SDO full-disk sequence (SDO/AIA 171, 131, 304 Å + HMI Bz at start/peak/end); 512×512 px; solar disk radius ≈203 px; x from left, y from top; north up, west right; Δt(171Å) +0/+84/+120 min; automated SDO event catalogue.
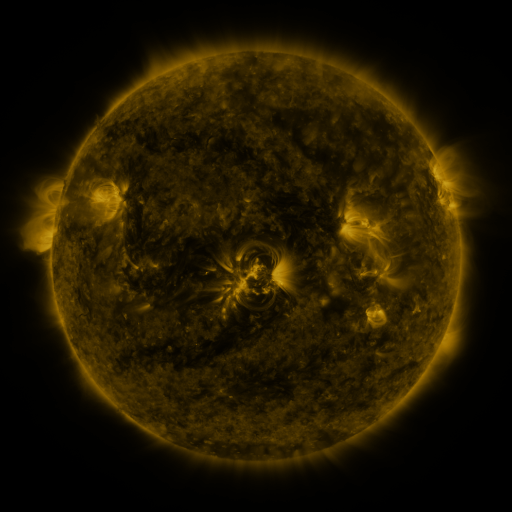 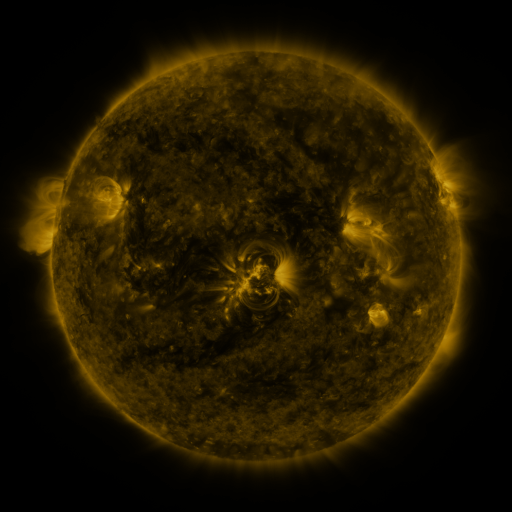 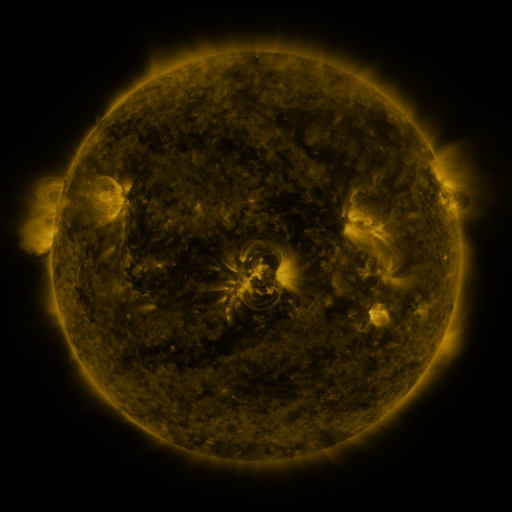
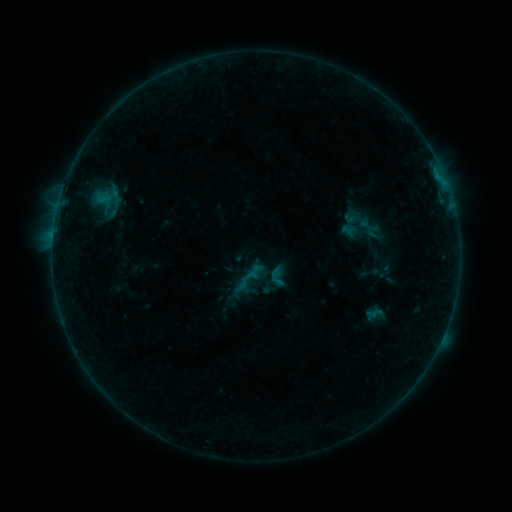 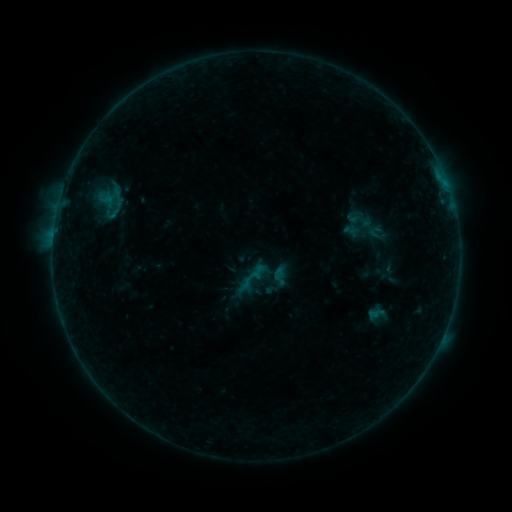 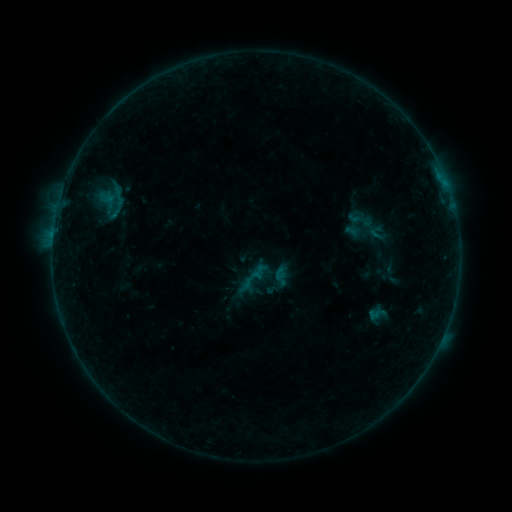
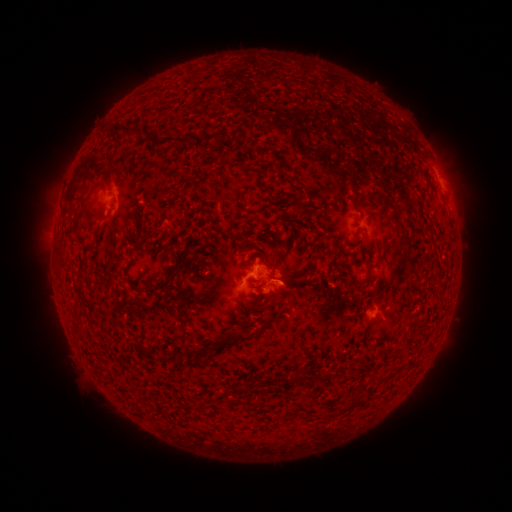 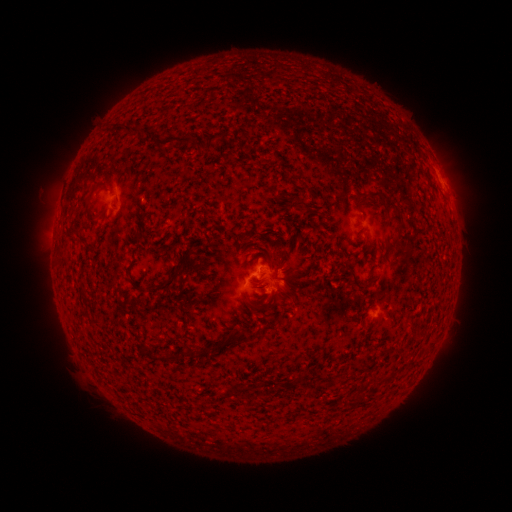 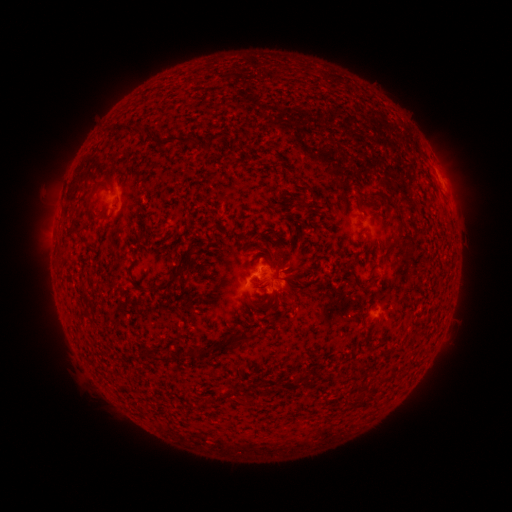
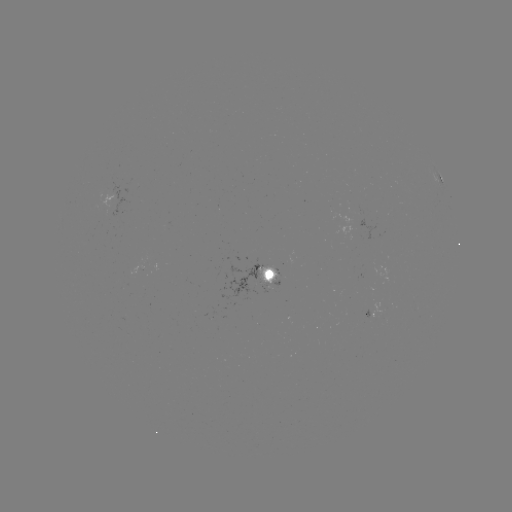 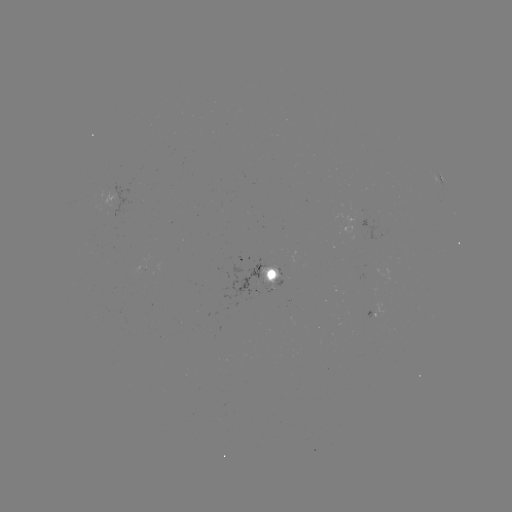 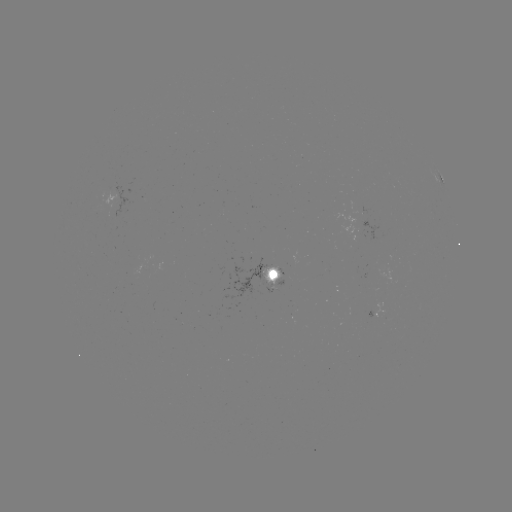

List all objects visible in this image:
emerging-flux region: (358, 207)
